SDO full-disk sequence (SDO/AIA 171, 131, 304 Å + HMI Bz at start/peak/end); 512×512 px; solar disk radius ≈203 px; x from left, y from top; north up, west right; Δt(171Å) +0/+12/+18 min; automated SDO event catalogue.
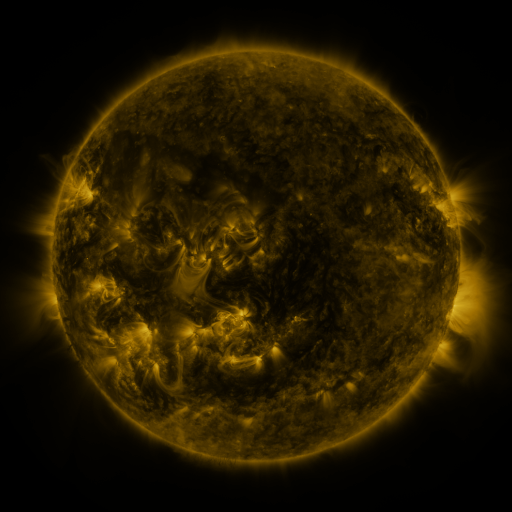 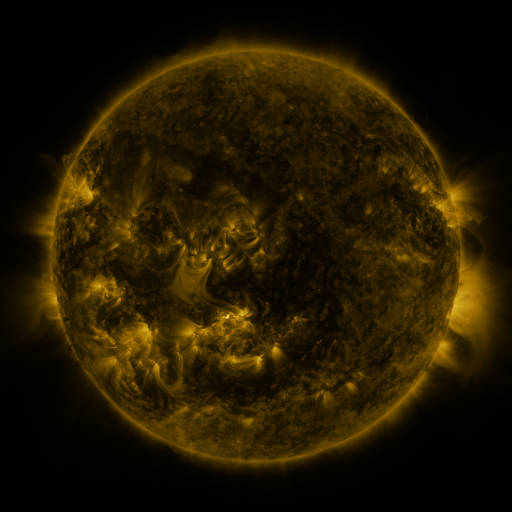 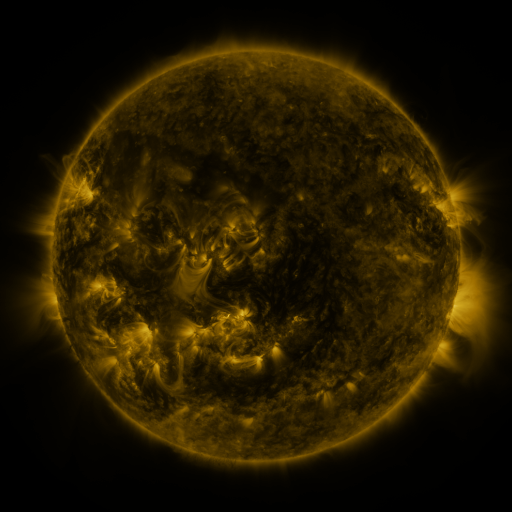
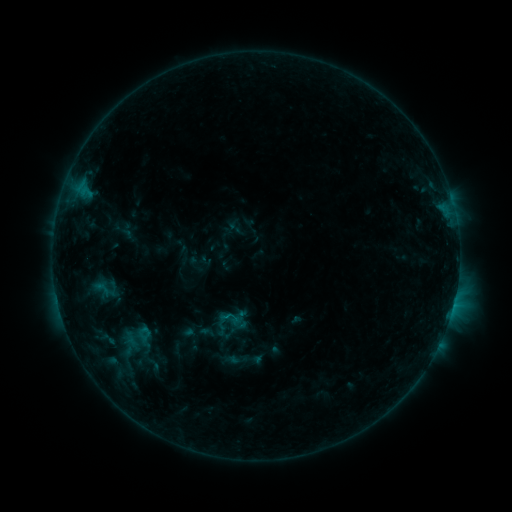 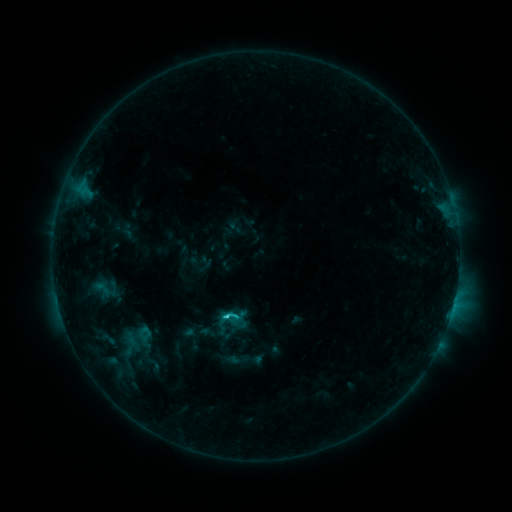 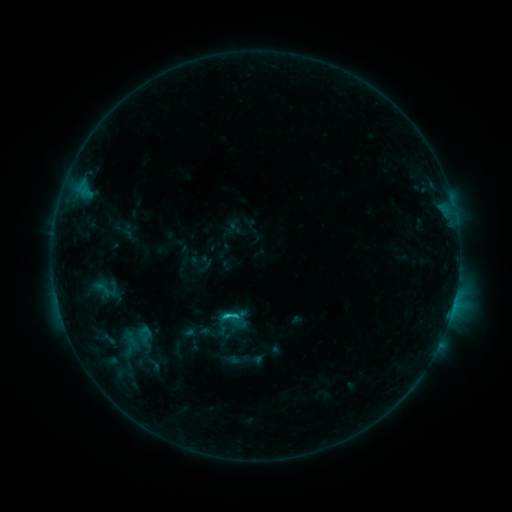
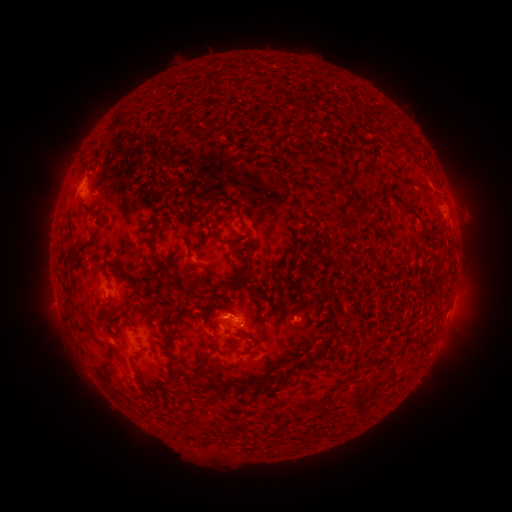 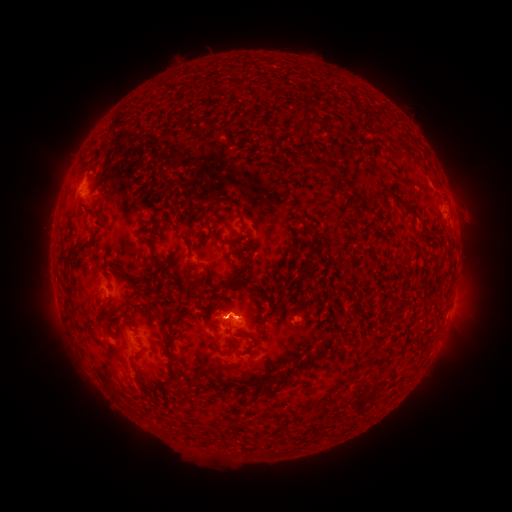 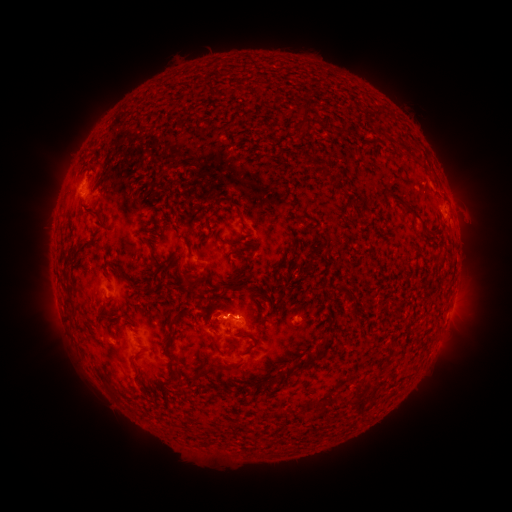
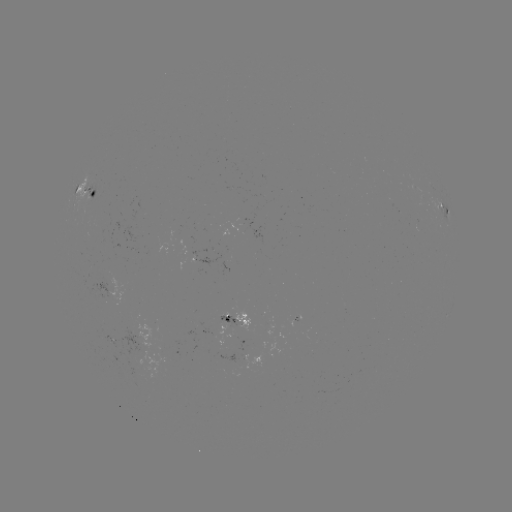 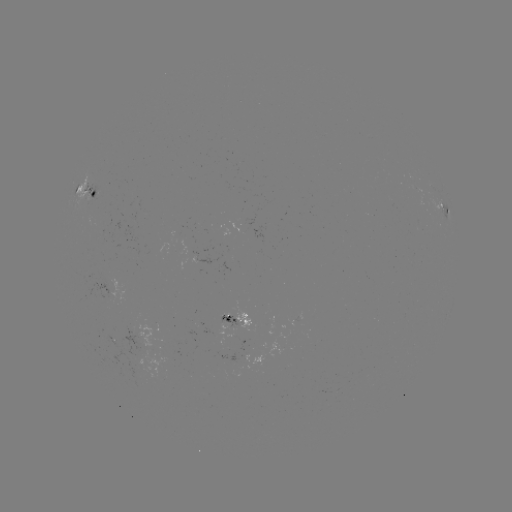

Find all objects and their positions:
C2.1 flare: (228, 313)
